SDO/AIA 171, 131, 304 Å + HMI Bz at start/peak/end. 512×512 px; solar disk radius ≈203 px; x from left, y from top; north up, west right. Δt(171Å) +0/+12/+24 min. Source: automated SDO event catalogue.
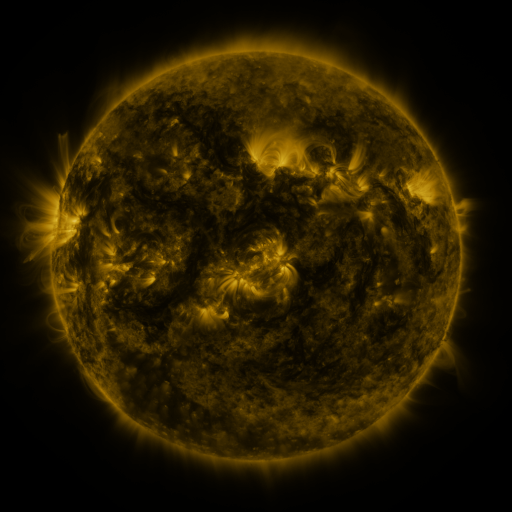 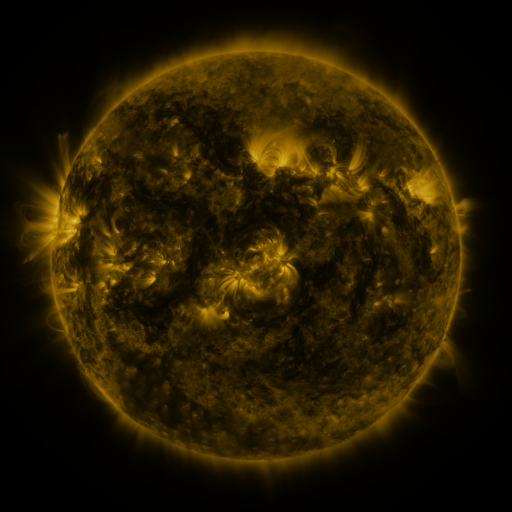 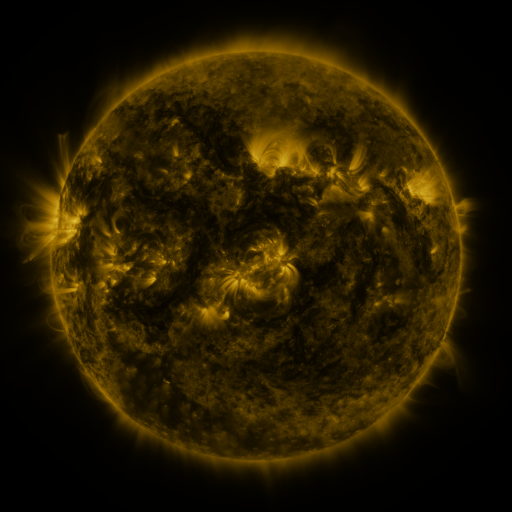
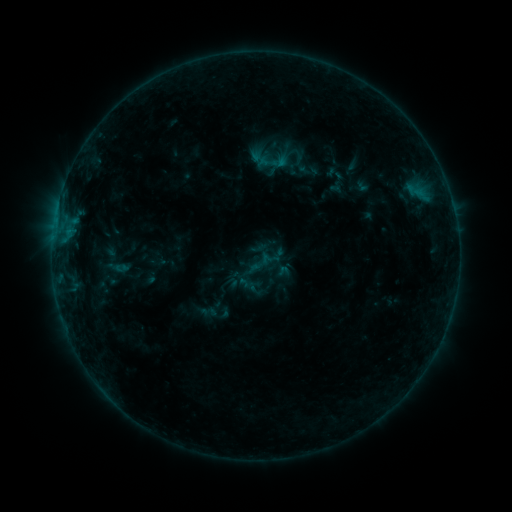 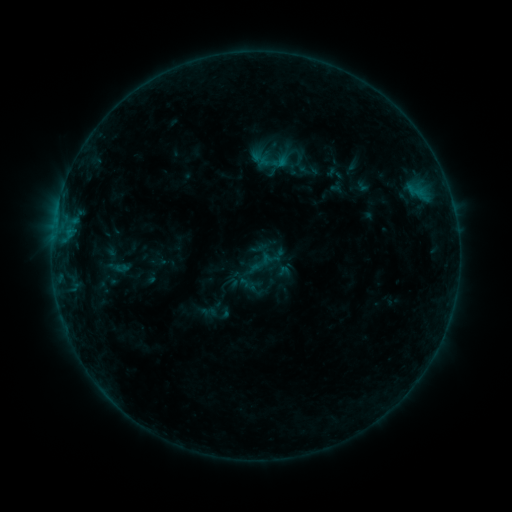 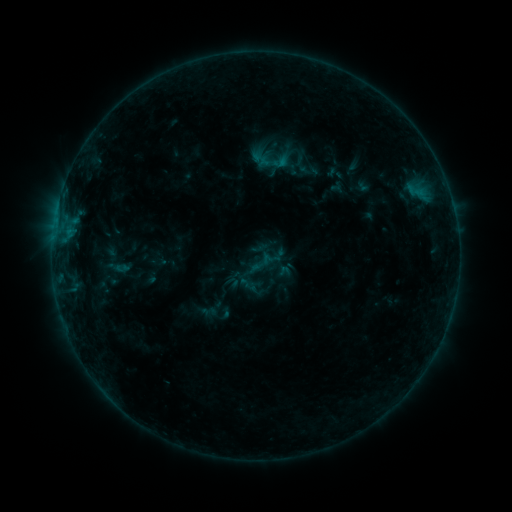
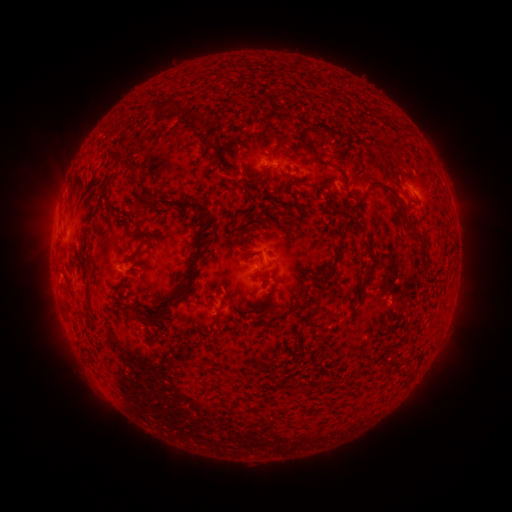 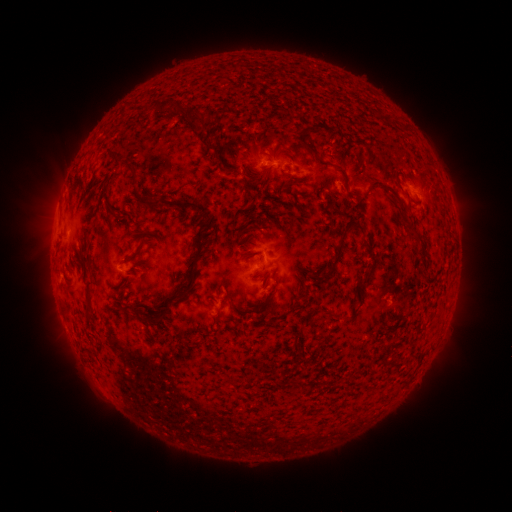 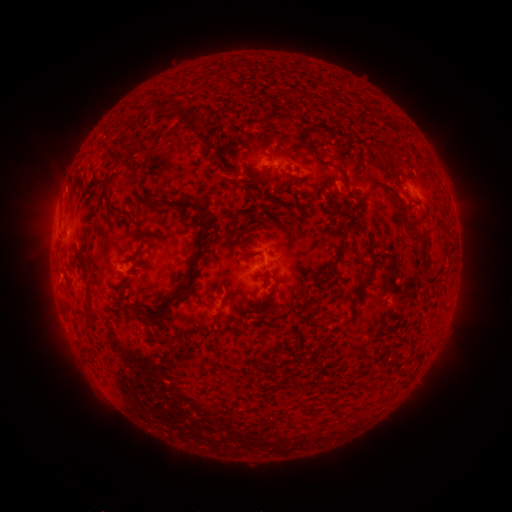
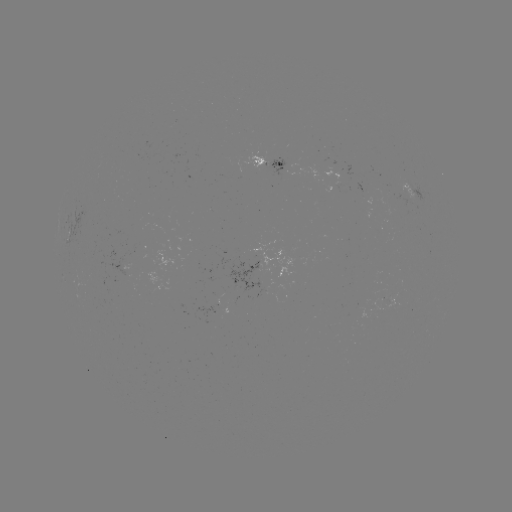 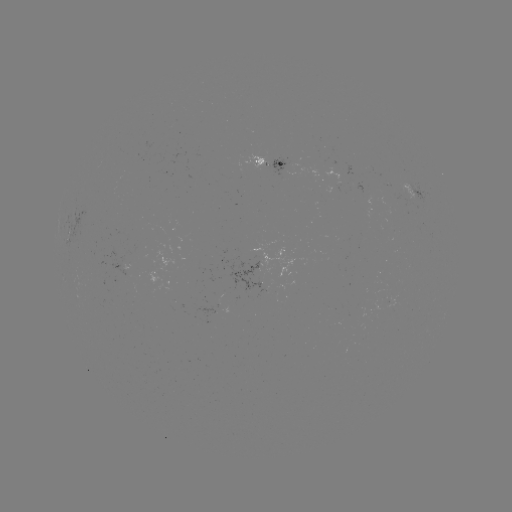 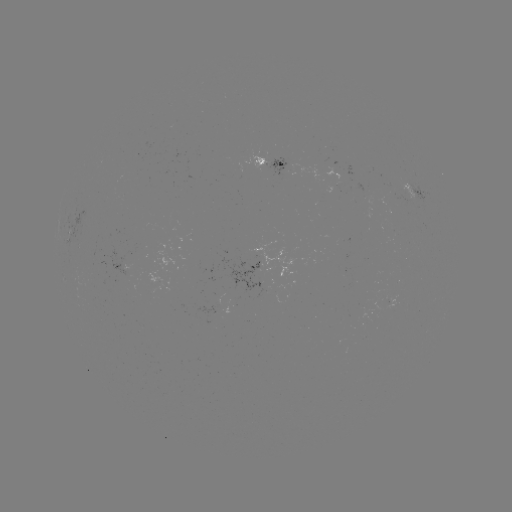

no catalogued flare and no flagged EUV brightening in this window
